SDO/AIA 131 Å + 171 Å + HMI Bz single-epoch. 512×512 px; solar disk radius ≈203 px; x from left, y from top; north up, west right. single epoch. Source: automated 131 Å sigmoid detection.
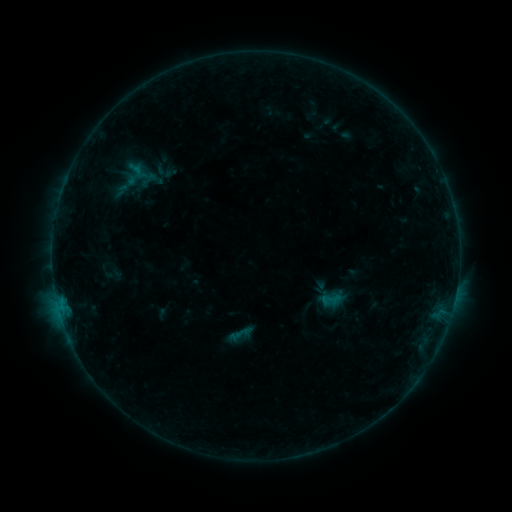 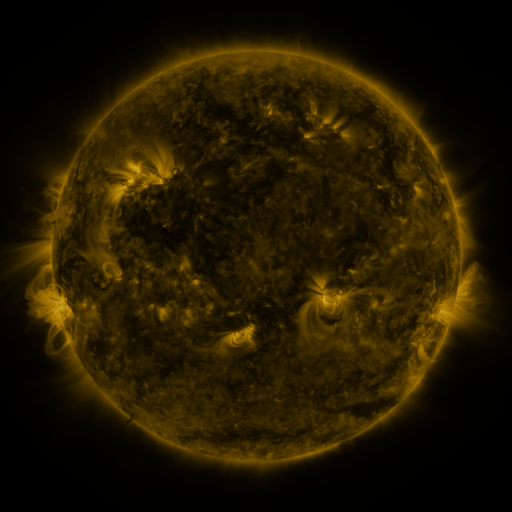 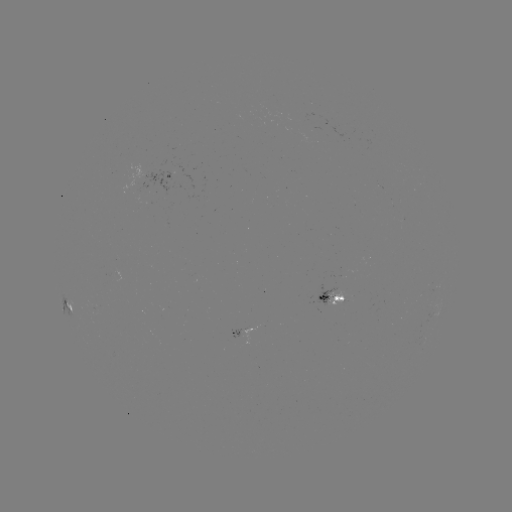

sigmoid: (226, 321, 254, 346)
